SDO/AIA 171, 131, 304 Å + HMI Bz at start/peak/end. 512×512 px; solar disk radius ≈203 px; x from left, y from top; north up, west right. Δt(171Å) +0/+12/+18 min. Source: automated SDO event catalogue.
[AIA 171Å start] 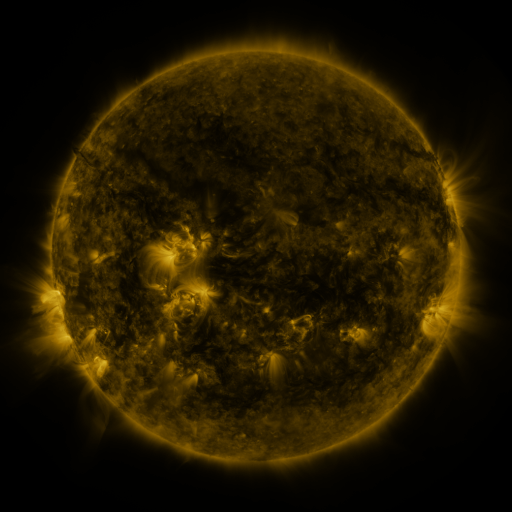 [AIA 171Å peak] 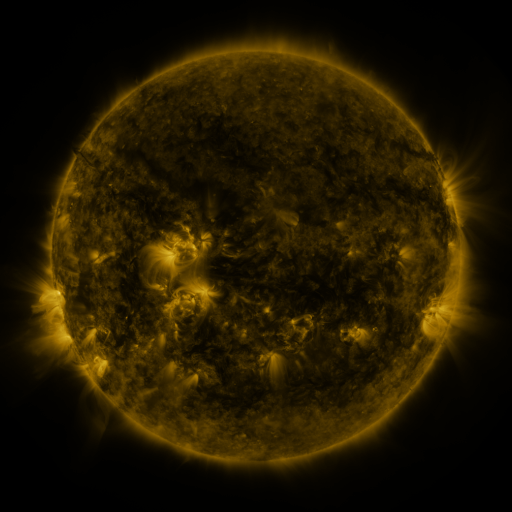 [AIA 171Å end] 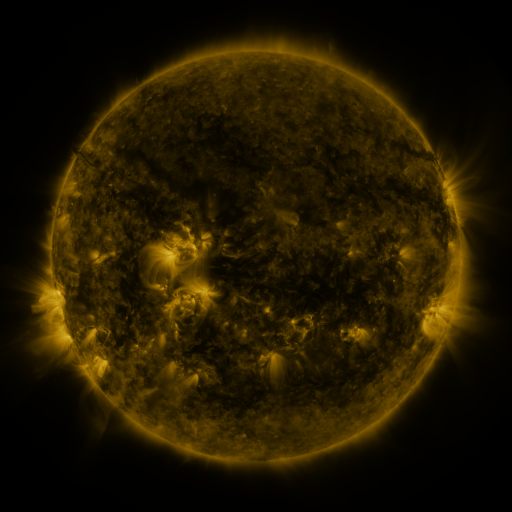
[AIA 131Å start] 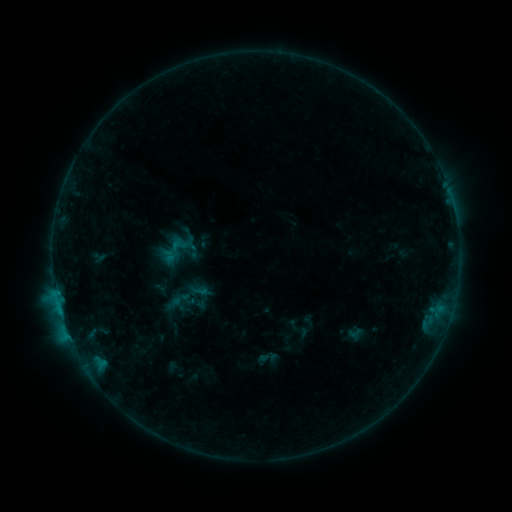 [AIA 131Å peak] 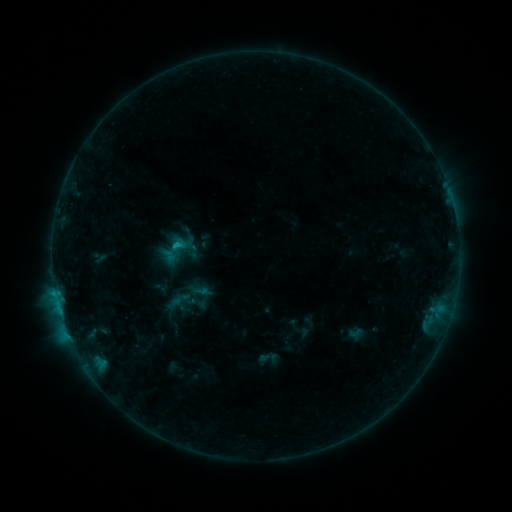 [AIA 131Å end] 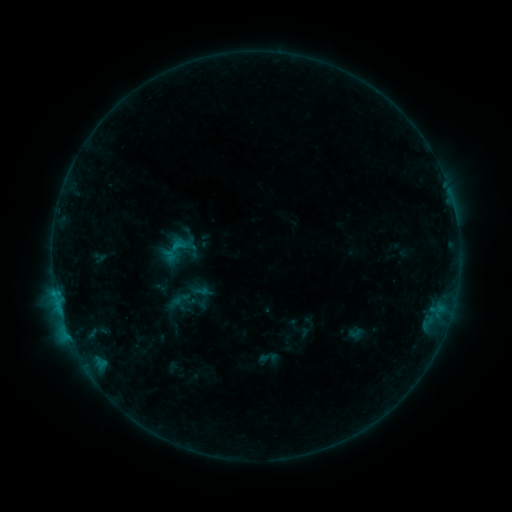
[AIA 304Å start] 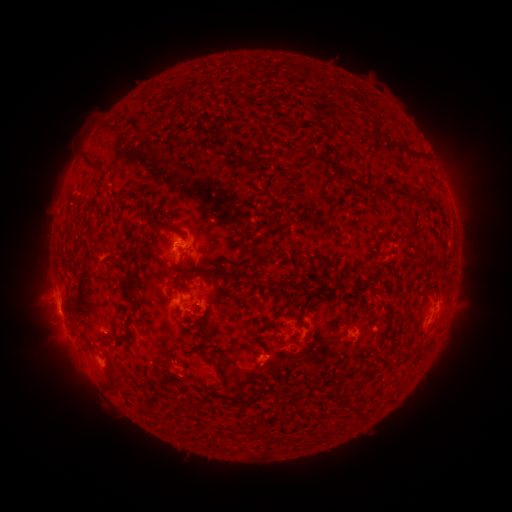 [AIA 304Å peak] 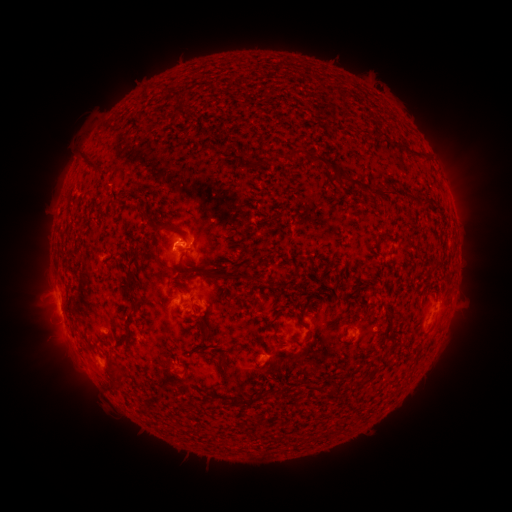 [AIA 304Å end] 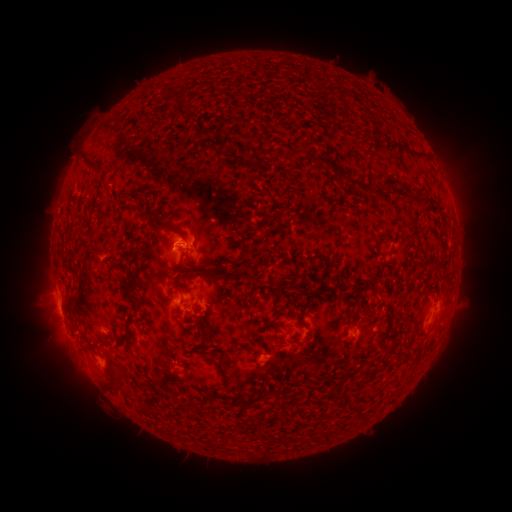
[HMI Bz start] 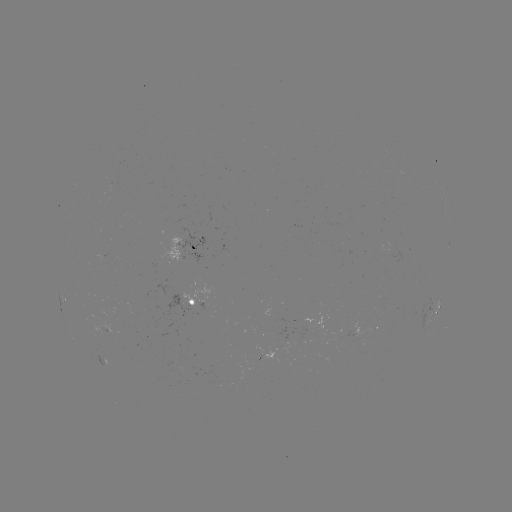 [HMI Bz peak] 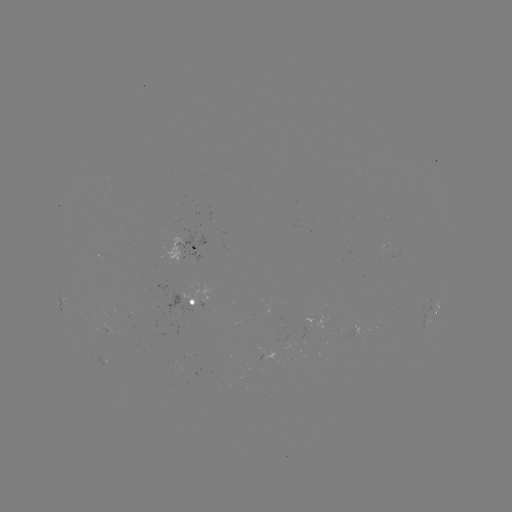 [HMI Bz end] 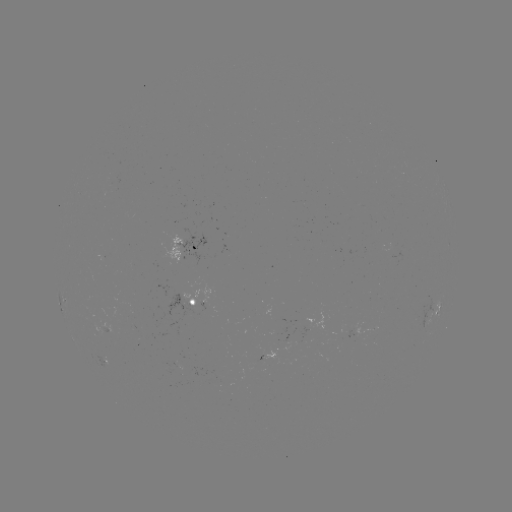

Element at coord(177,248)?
B7.5 flare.